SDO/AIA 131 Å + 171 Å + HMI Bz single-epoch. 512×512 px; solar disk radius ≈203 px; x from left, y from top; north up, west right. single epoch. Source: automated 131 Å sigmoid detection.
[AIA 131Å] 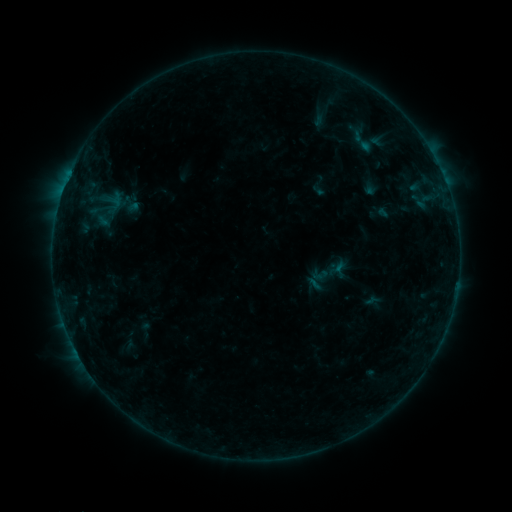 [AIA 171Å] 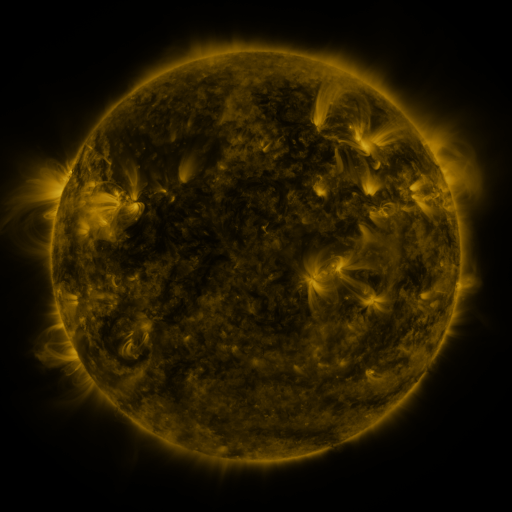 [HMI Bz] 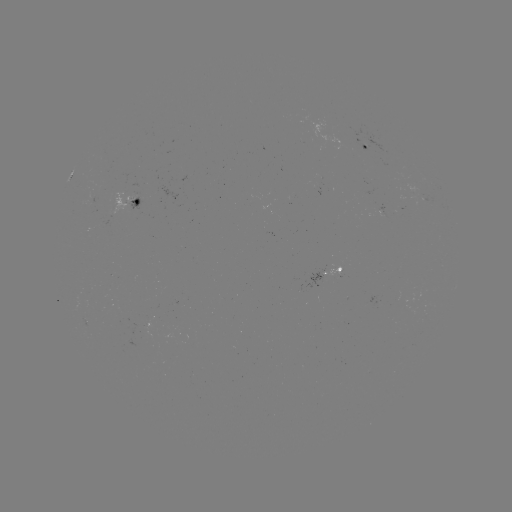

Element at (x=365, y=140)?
sigmoid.